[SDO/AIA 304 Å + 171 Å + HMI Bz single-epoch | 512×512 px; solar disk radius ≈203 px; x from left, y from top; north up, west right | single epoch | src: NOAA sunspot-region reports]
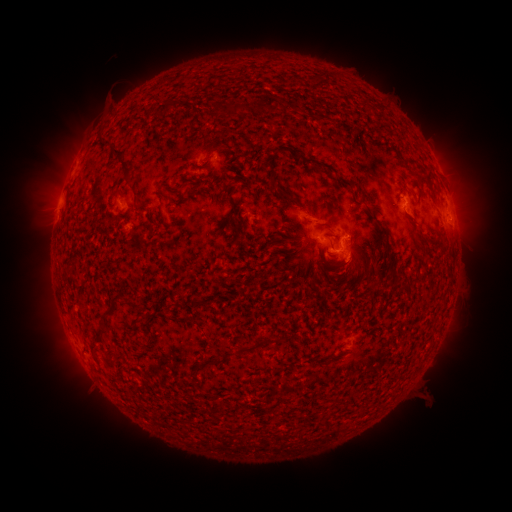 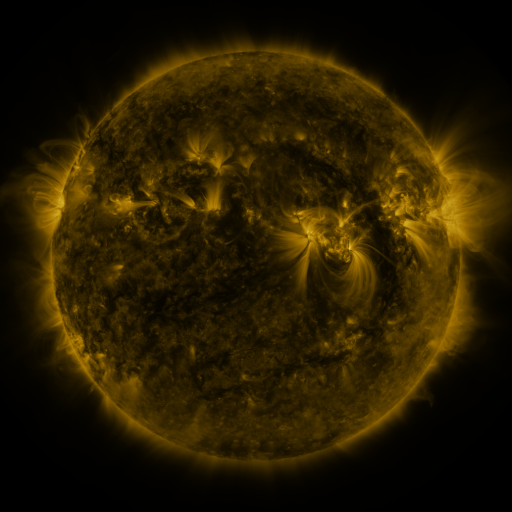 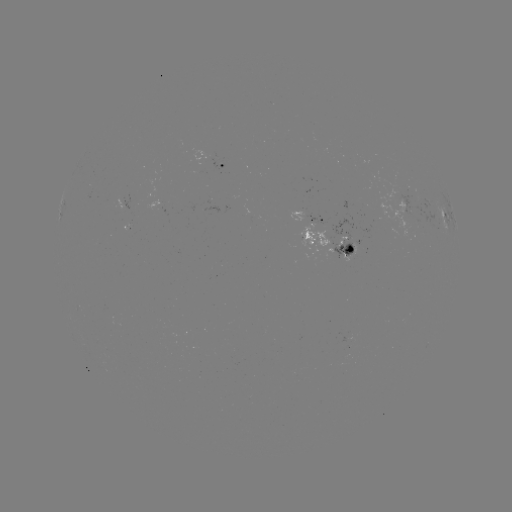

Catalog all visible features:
spotted active region: (225, 165)
spotted active region: (409, 206)
spotted active region: (313, 218)
spotted active region: (445, 218)
spotted active region: (331, 246)
